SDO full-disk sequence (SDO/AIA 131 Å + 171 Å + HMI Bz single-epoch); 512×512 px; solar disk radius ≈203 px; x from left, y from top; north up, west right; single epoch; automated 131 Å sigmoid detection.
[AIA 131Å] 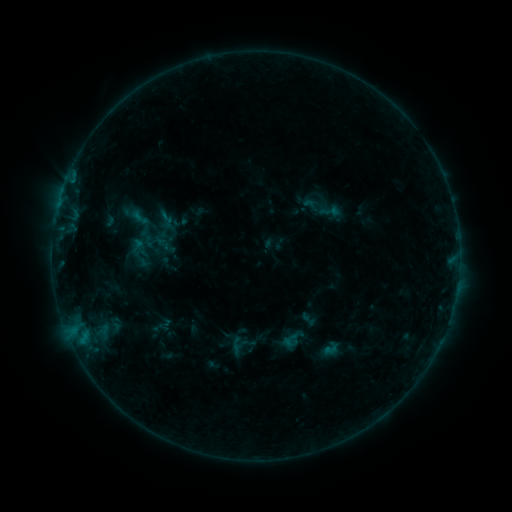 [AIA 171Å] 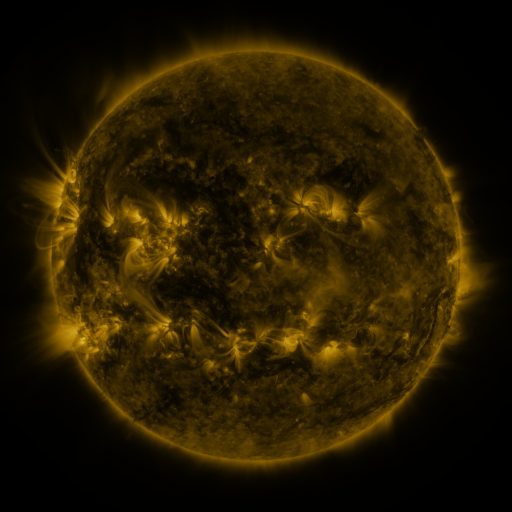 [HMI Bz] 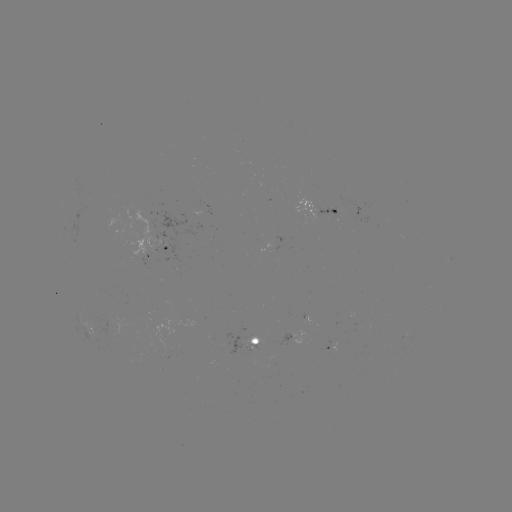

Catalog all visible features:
sigmoid: (311, 205)
sigmoid: (139, 217)
